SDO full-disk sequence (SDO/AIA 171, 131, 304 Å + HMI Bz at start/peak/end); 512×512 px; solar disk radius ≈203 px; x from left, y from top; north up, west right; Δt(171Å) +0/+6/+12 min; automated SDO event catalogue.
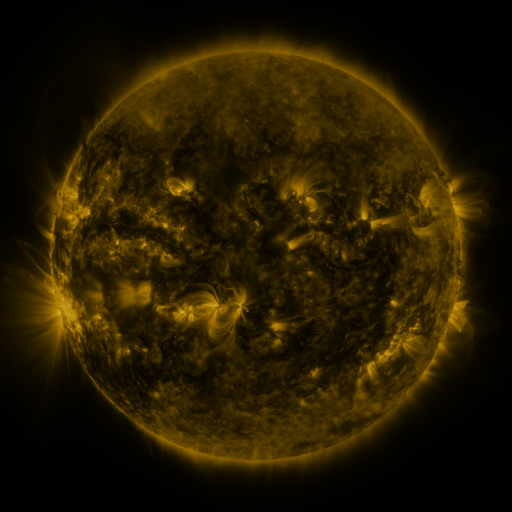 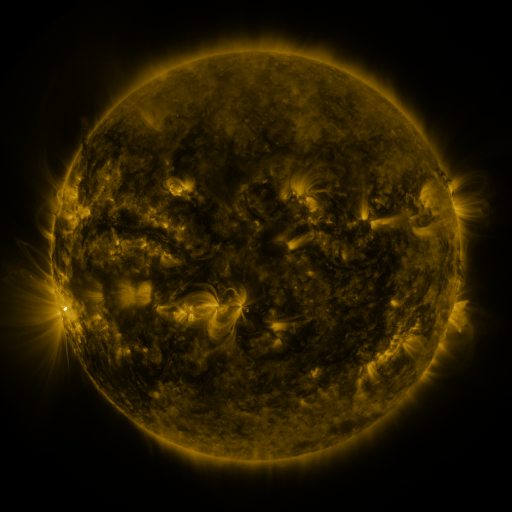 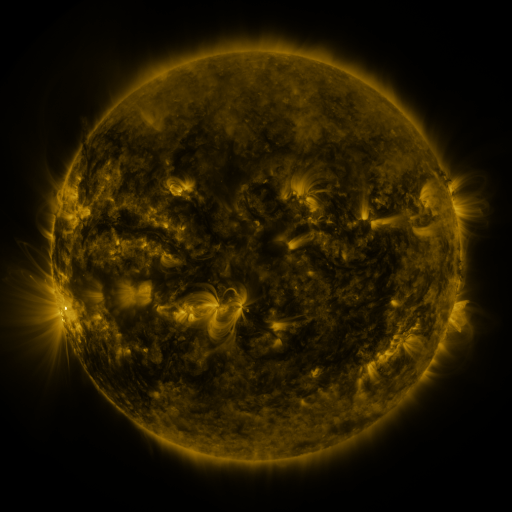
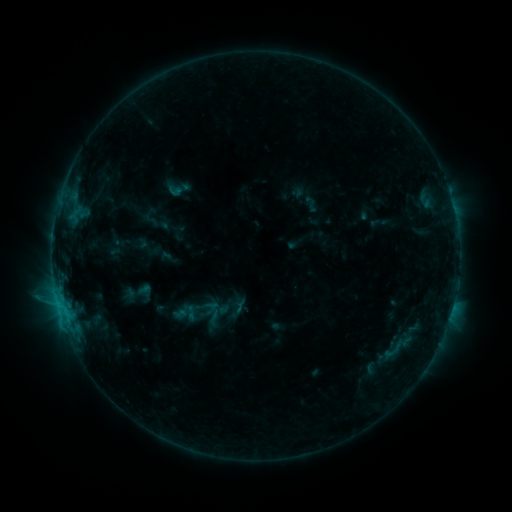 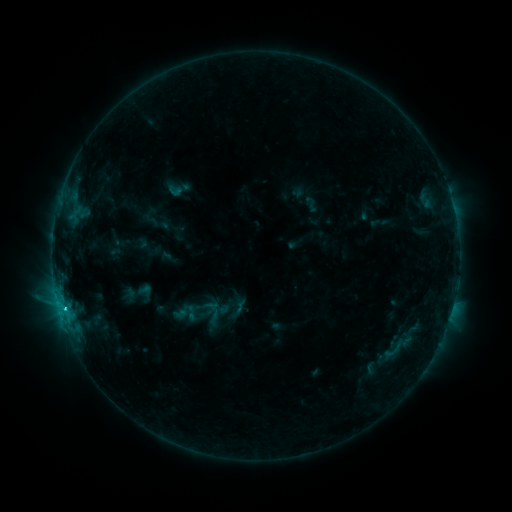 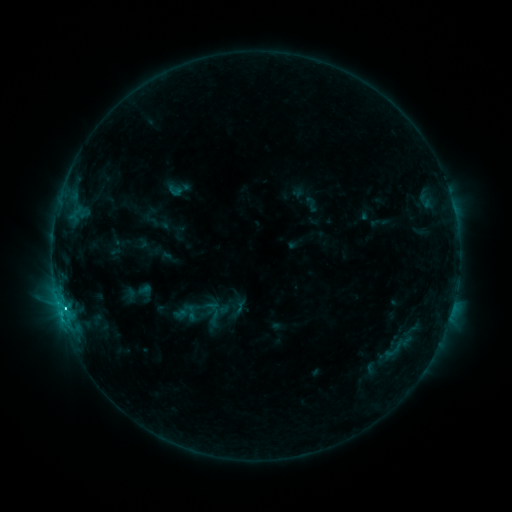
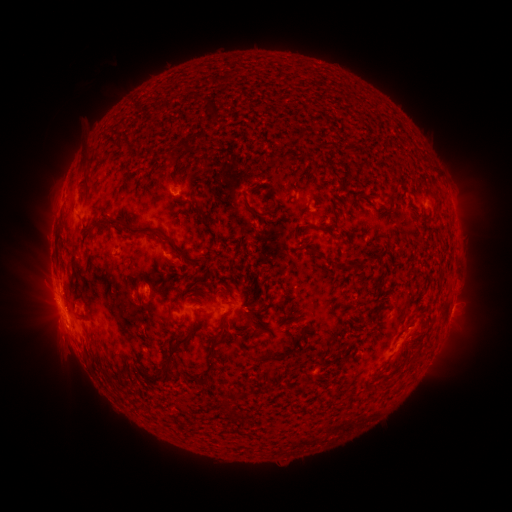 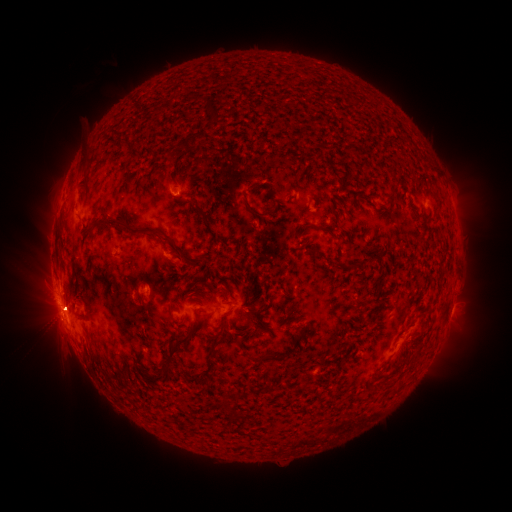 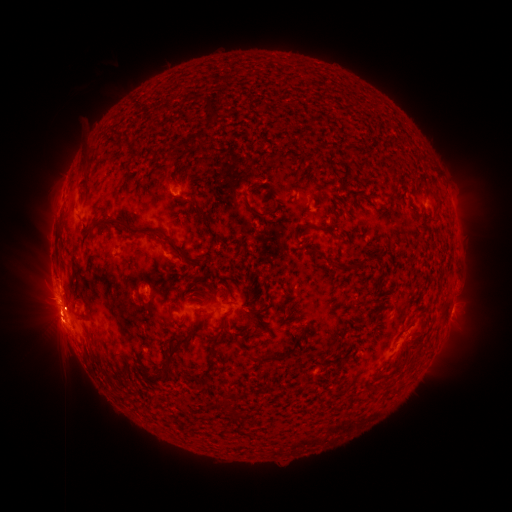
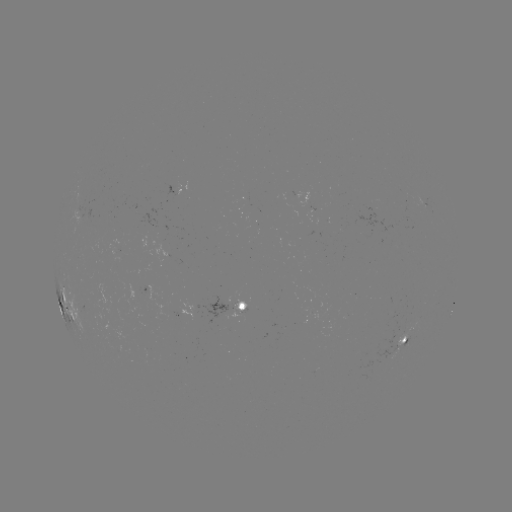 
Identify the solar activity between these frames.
eruption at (60, 317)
